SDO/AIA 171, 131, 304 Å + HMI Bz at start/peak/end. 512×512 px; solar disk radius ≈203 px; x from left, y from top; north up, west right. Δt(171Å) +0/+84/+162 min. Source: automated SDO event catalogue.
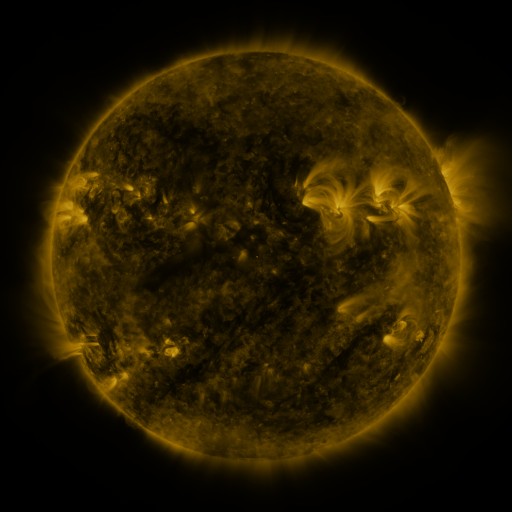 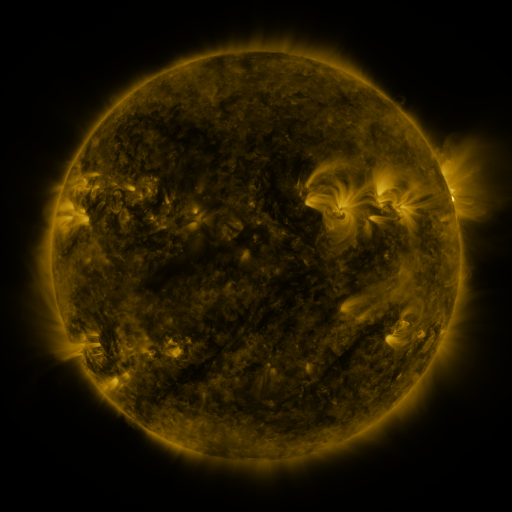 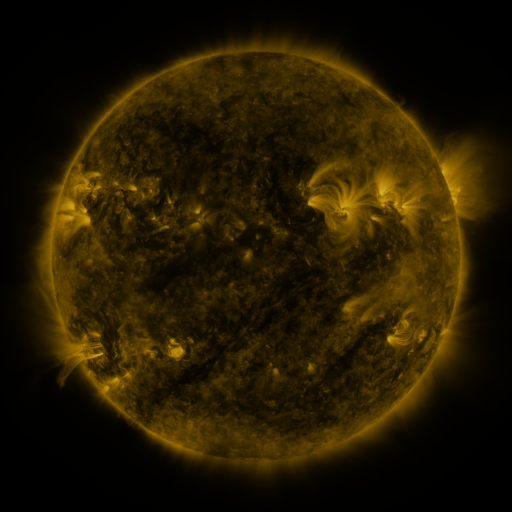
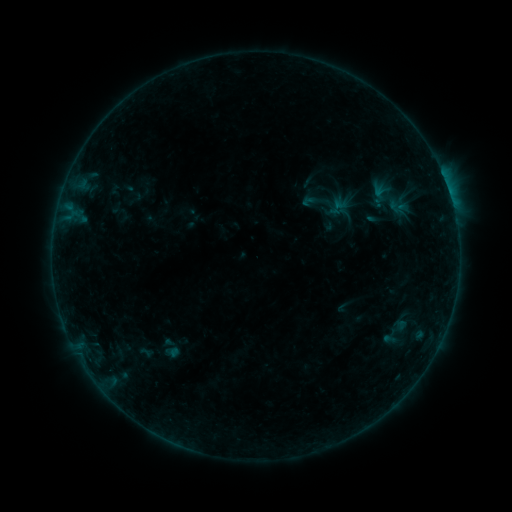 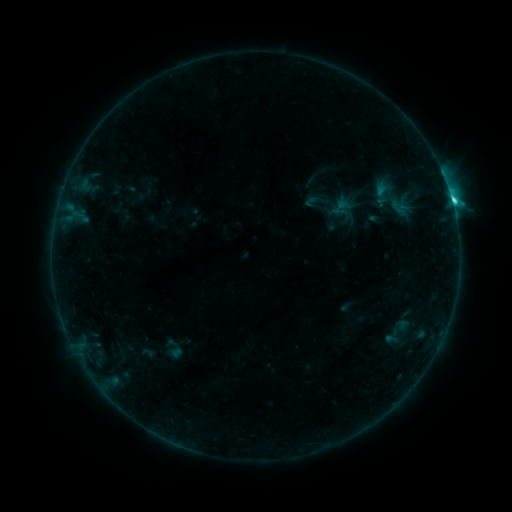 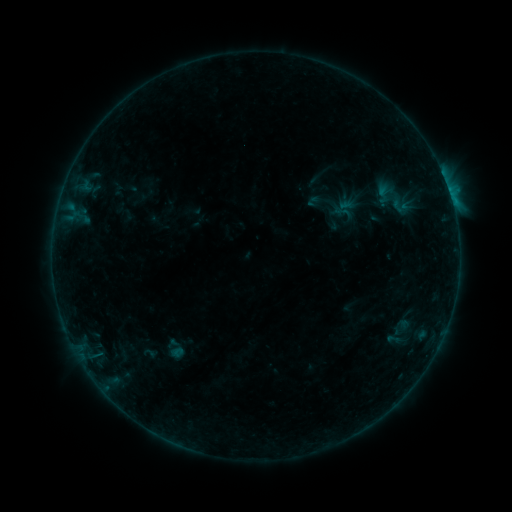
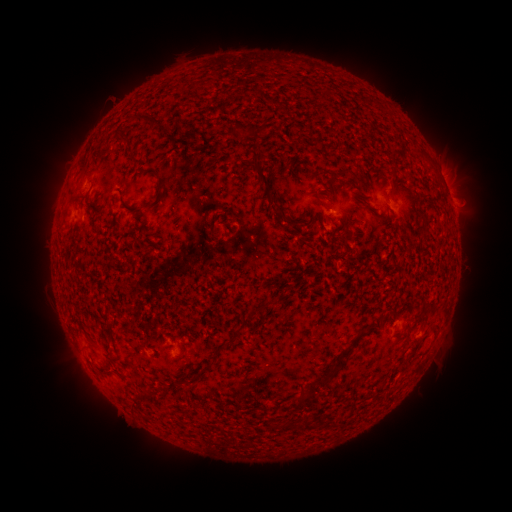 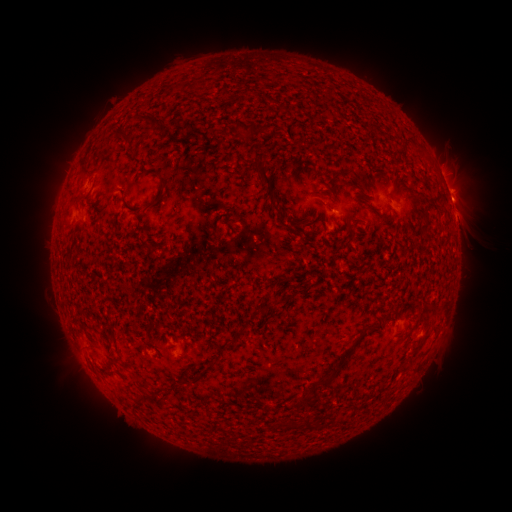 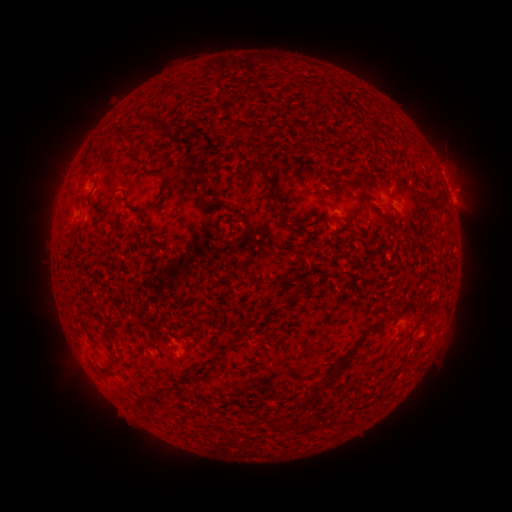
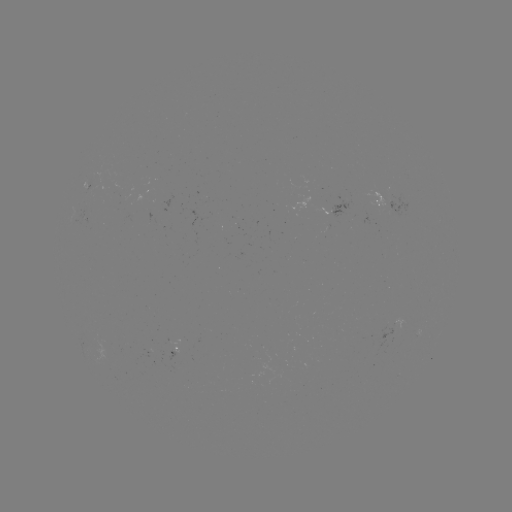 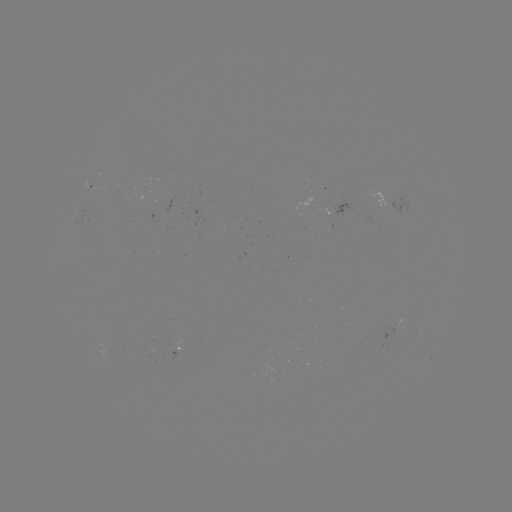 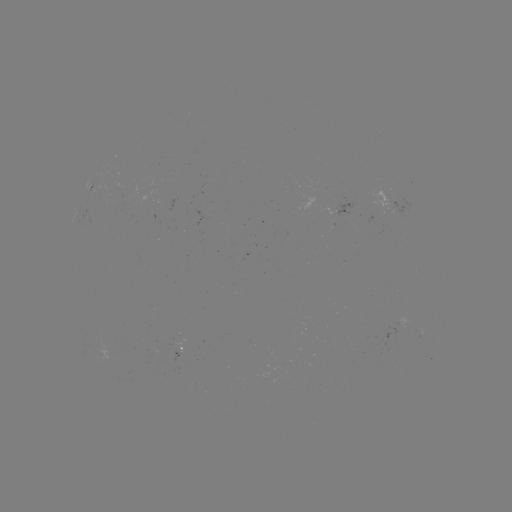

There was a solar filament eruption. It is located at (476, 236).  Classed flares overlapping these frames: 2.